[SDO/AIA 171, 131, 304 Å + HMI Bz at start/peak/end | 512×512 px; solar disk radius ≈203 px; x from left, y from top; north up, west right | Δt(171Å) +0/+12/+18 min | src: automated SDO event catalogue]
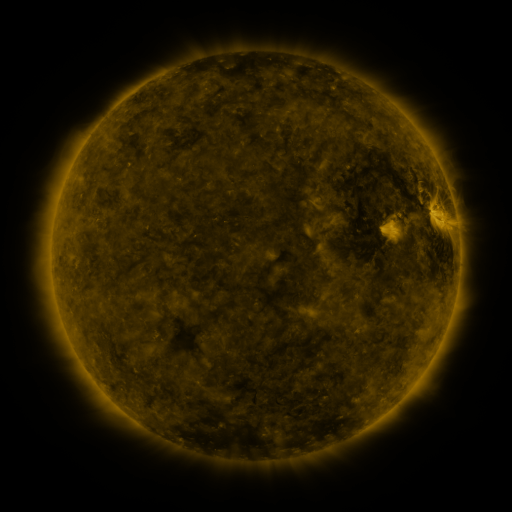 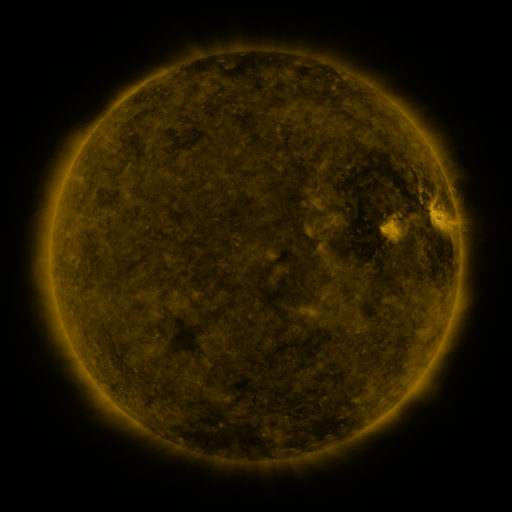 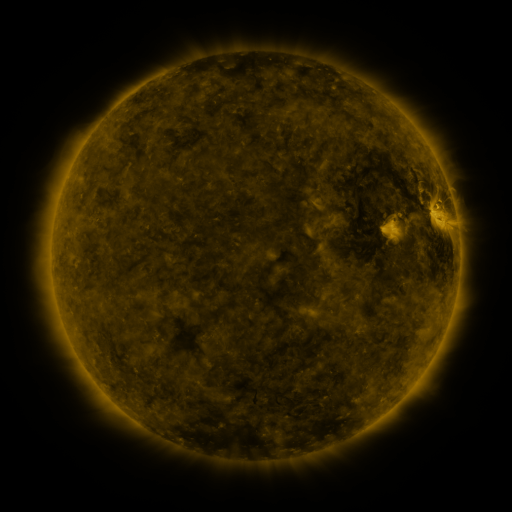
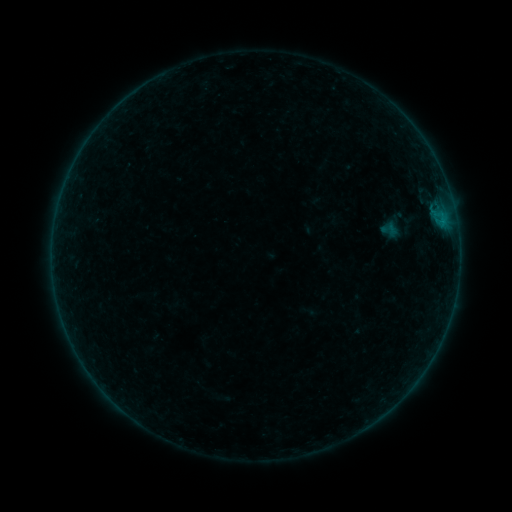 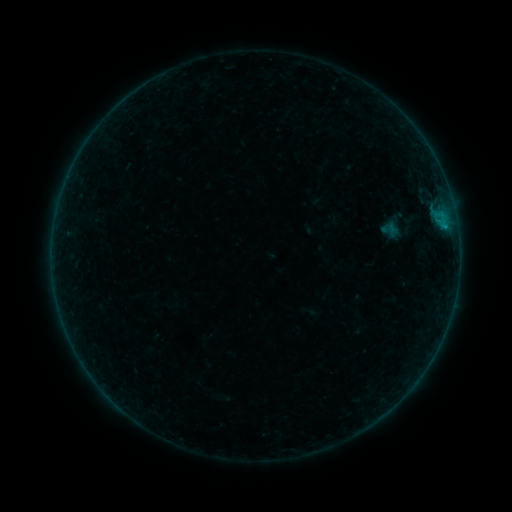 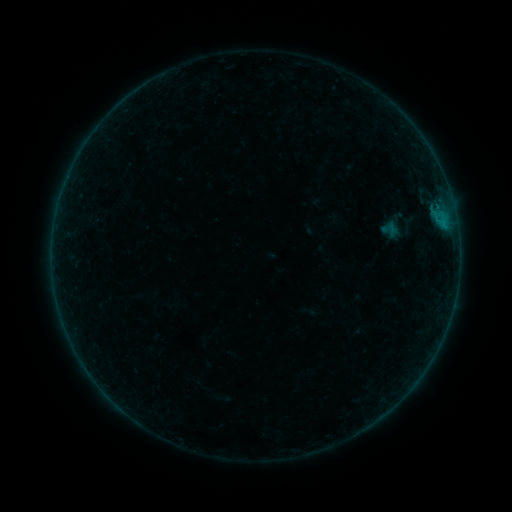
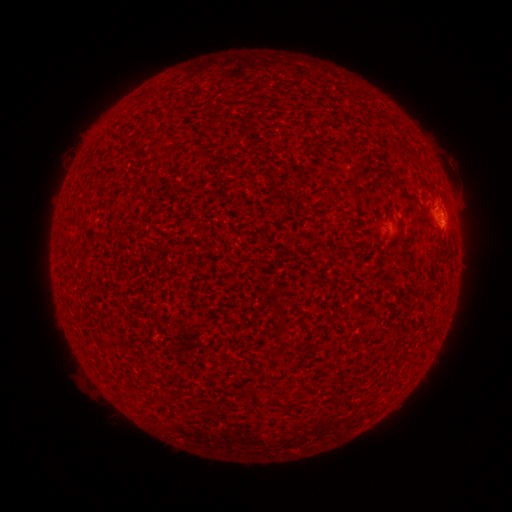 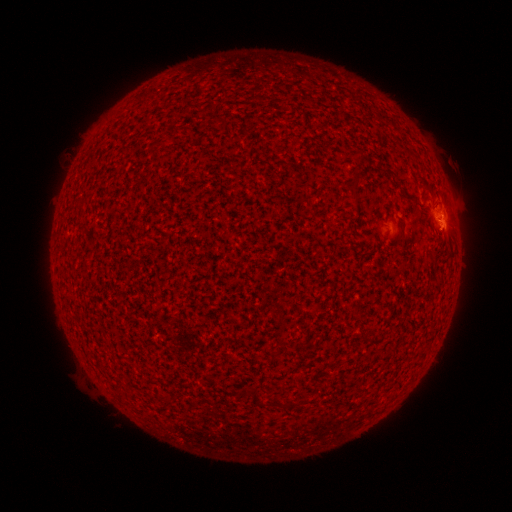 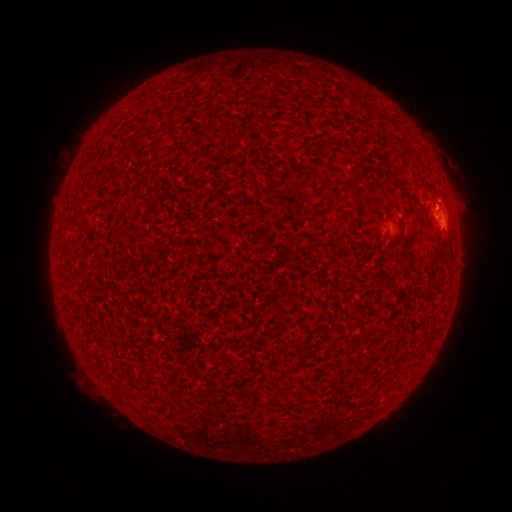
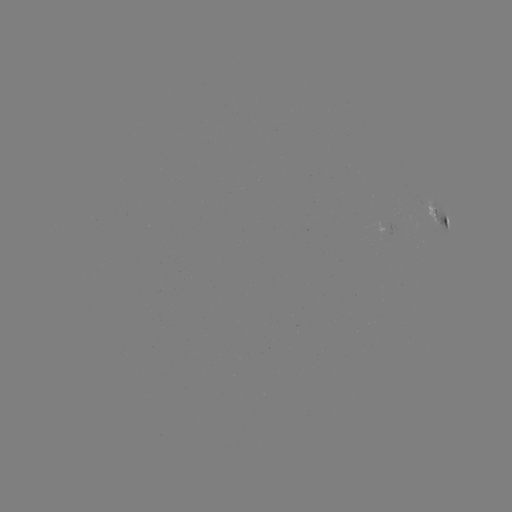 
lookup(B3.4 flare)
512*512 443,229